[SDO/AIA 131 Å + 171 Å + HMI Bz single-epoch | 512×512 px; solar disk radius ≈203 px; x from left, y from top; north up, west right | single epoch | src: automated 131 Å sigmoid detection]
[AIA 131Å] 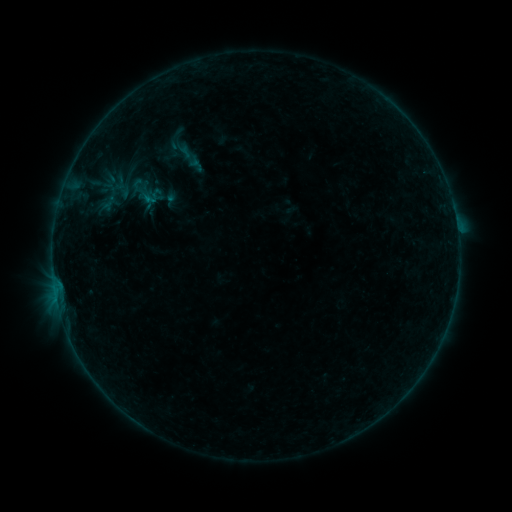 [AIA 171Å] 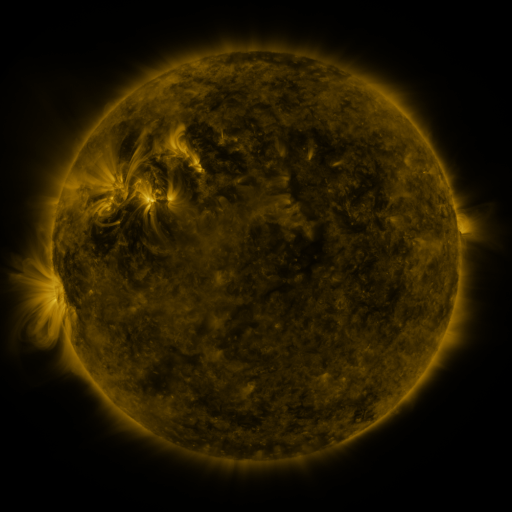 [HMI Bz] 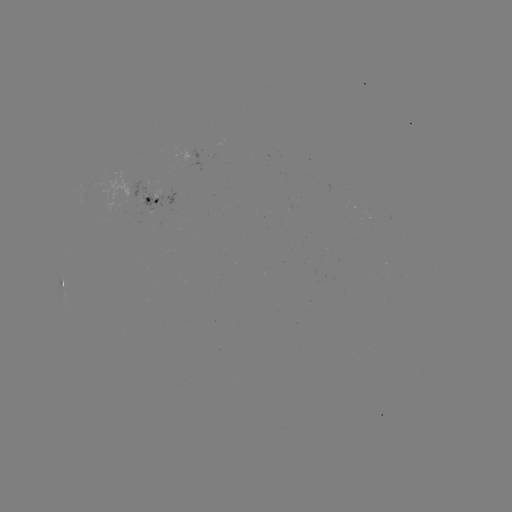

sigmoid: (127, 171, 167, 210)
